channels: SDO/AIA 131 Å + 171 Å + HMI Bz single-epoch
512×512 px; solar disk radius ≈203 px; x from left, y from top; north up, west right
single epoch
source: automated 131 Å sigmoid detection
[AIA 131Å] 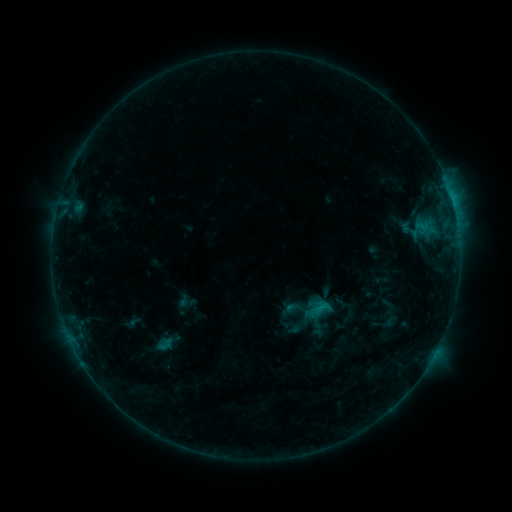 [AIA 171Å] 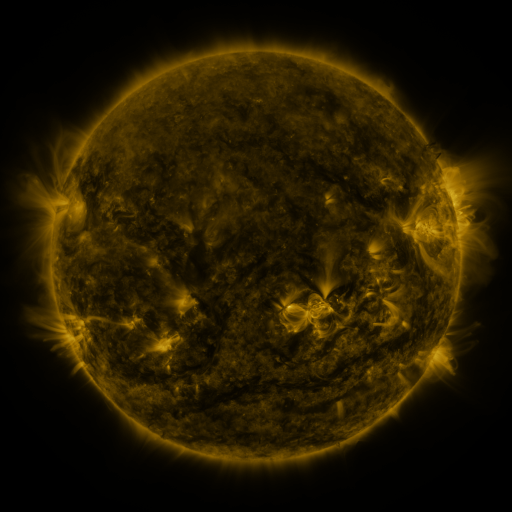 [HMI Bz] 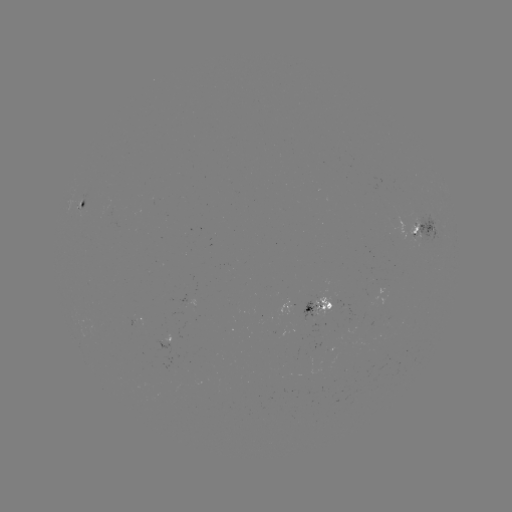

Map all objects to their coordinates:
sigmoid: (286, 296, 304, 314)
